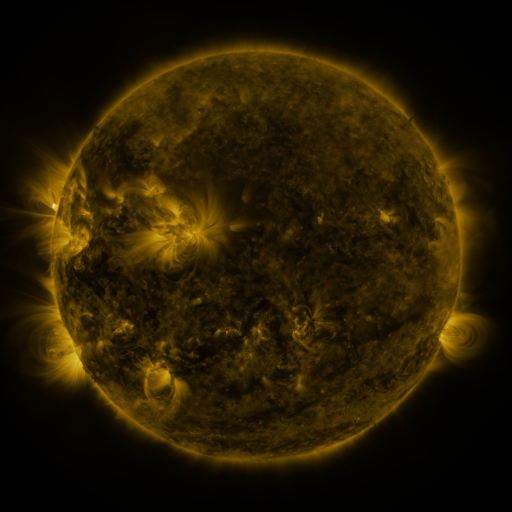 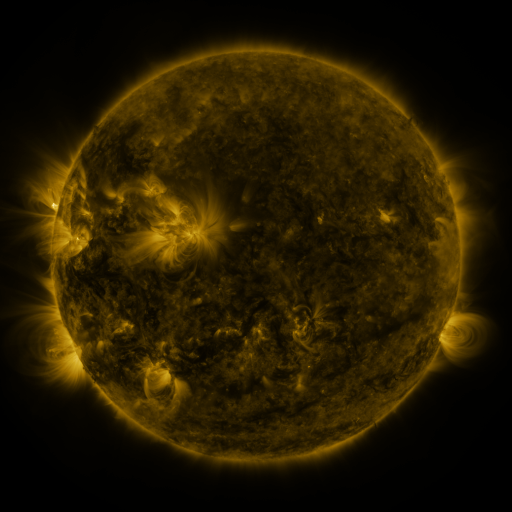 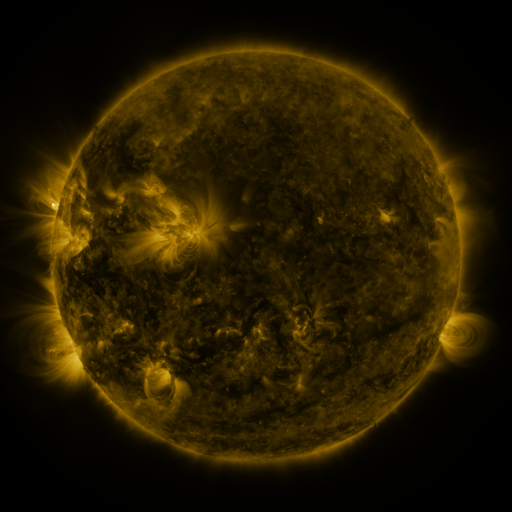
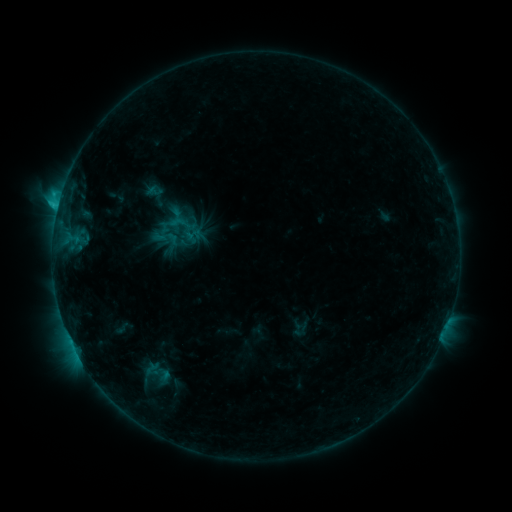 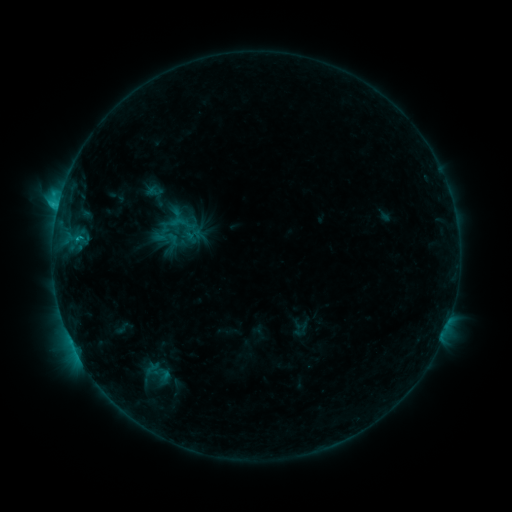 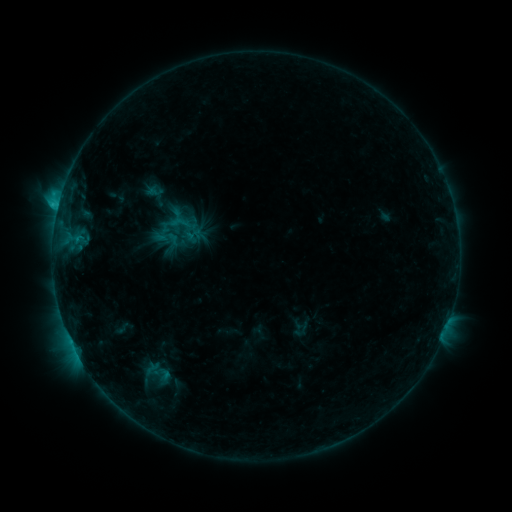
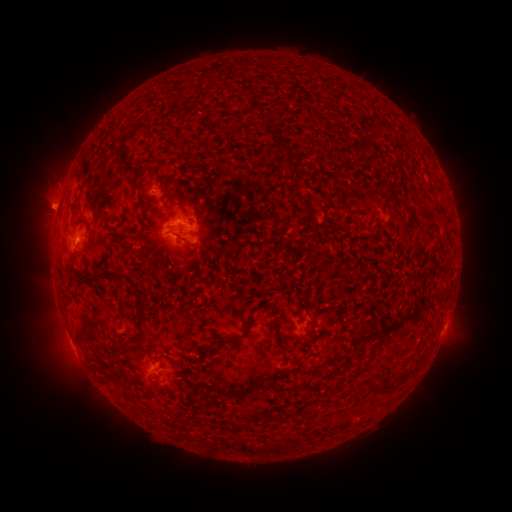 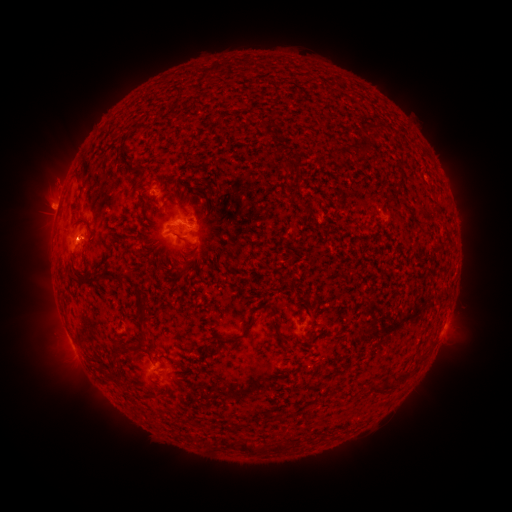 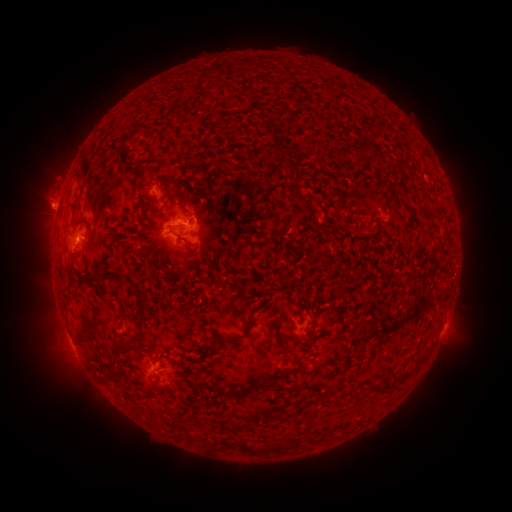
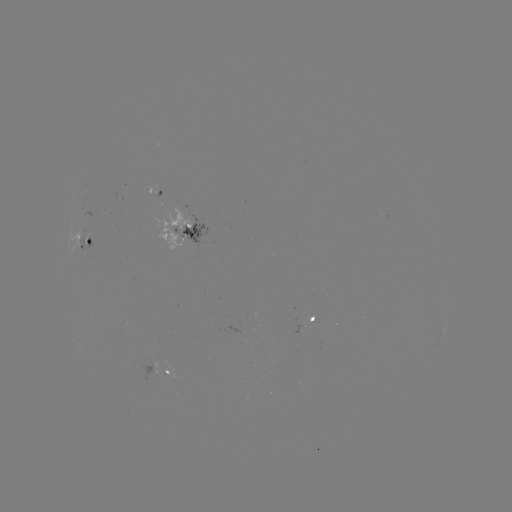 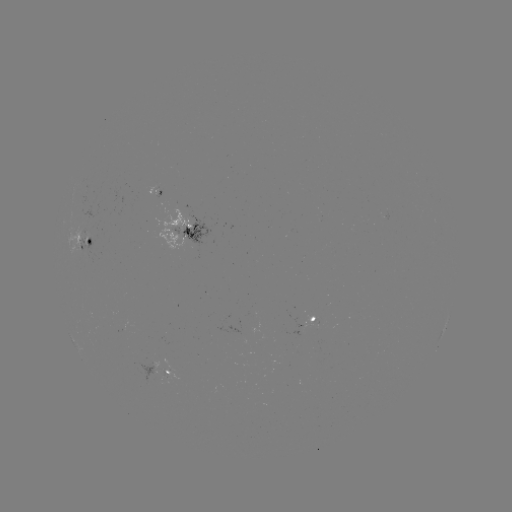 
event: eruption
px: (54, 177)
